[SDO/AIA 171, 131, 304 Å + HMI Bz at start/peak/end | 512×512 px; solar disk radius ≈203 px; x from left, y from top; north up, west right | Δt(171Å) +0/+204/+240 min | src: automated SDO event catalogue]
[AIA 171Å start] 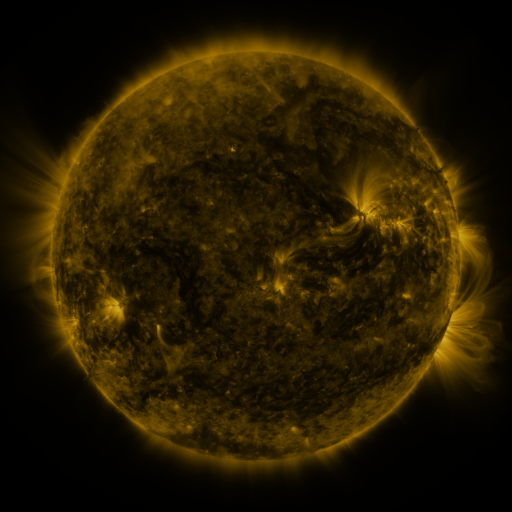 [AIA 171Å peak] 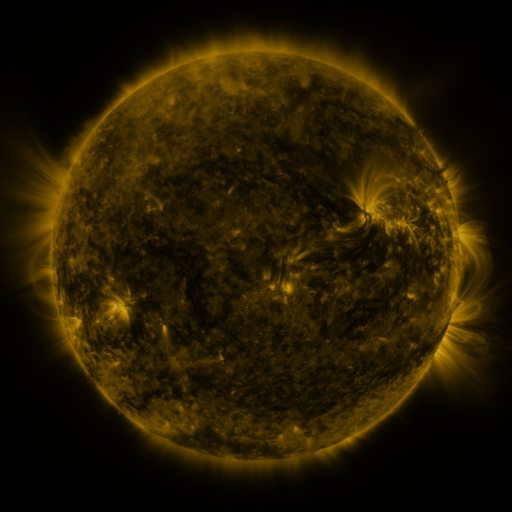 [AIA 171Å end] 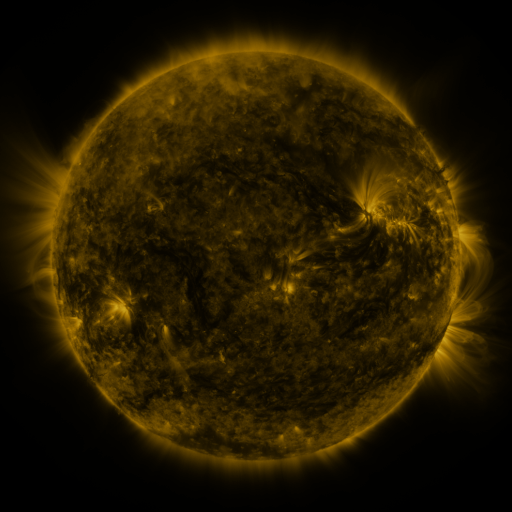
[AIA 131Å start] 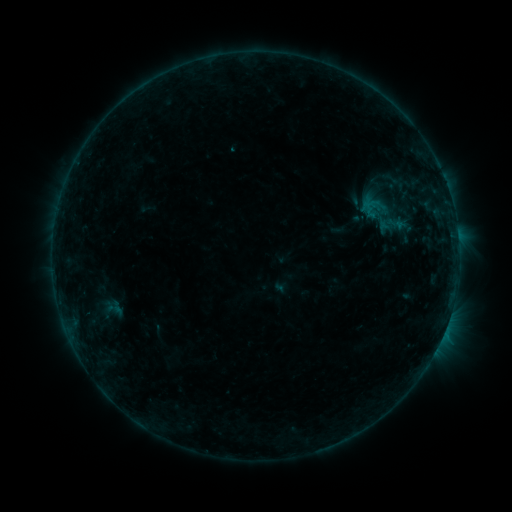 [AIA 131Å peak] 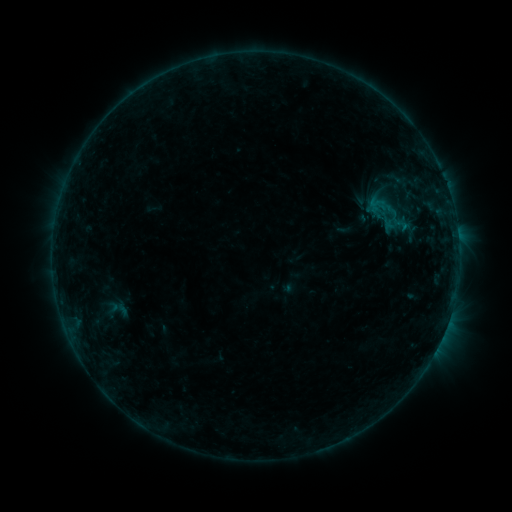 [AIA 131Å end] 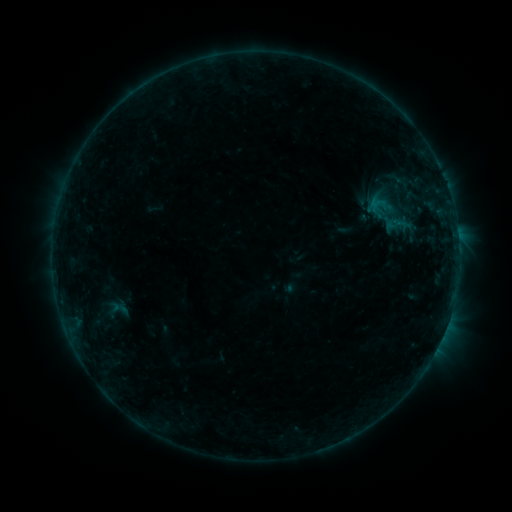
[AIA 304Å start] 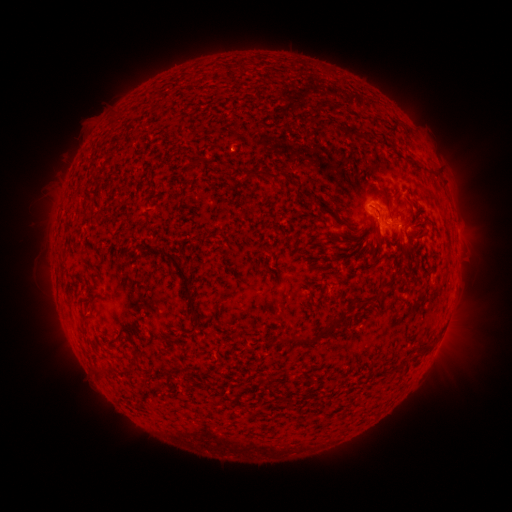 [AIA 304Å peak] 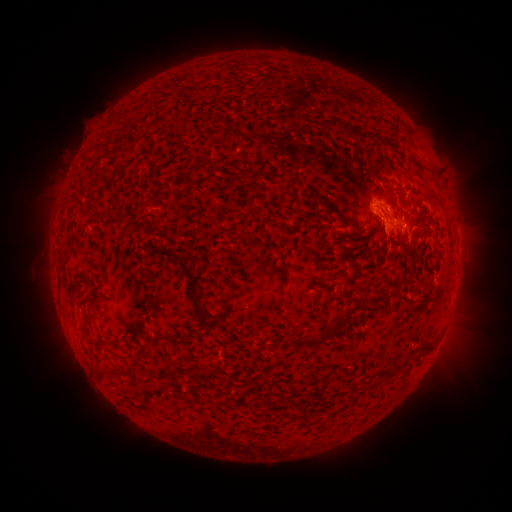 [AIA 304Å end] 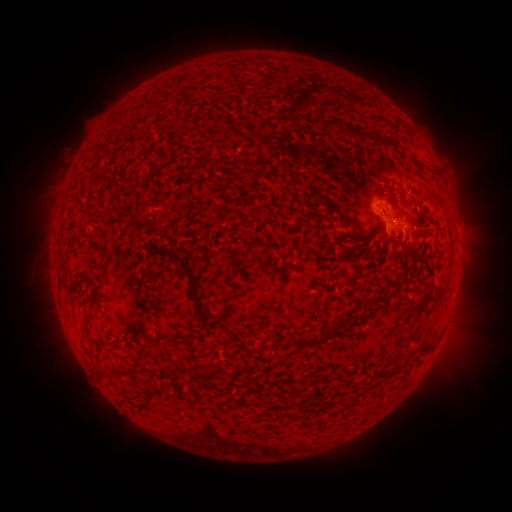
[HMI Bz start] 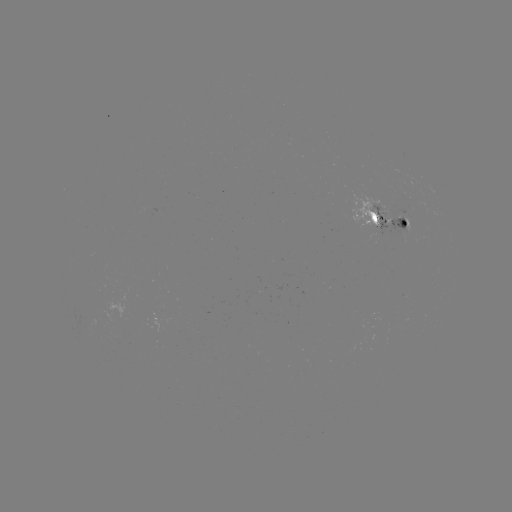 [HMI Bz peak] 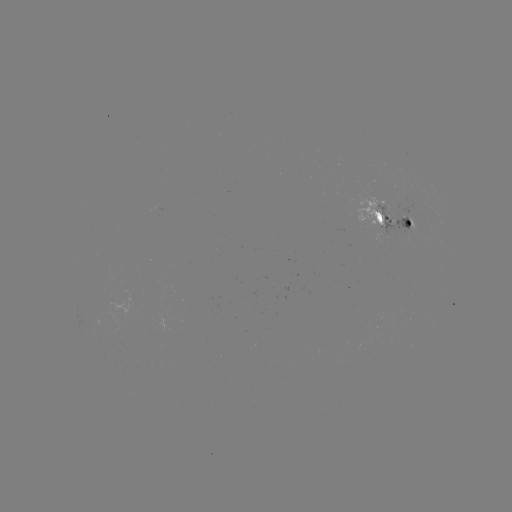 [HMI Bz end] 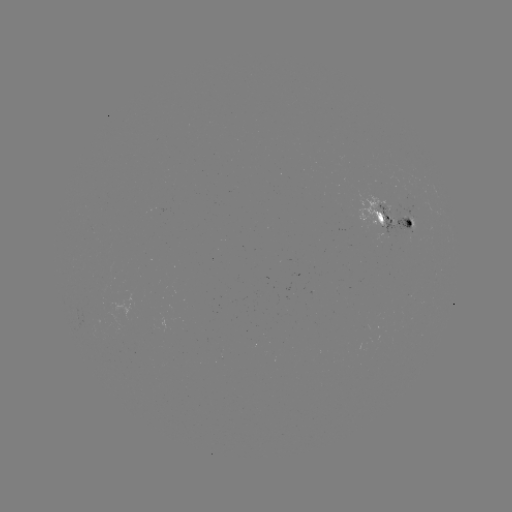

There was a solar emerging-flux region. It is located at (401, 219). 